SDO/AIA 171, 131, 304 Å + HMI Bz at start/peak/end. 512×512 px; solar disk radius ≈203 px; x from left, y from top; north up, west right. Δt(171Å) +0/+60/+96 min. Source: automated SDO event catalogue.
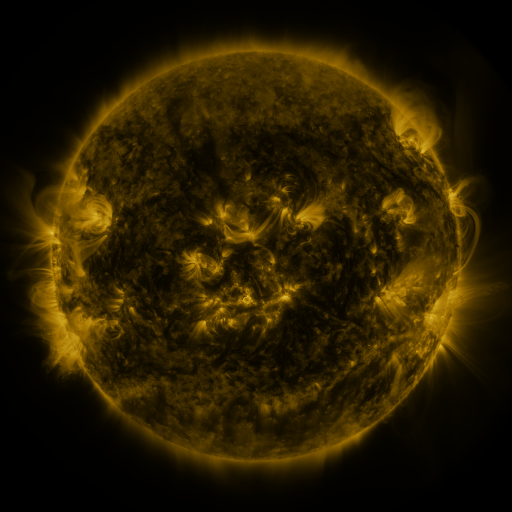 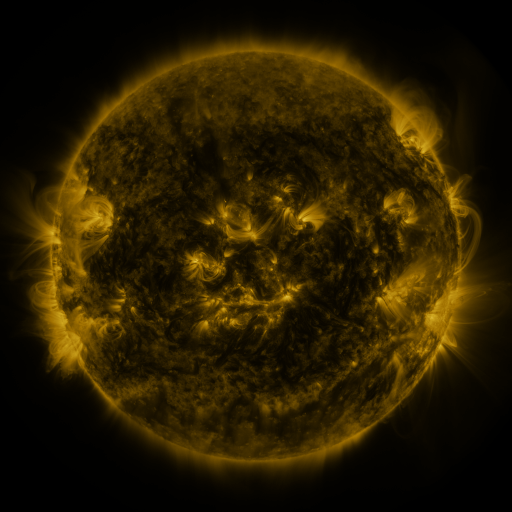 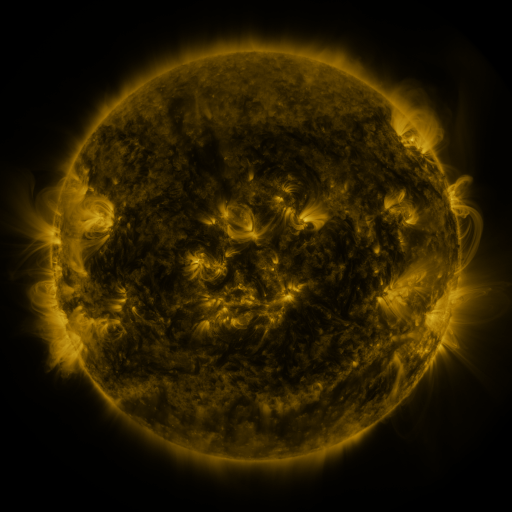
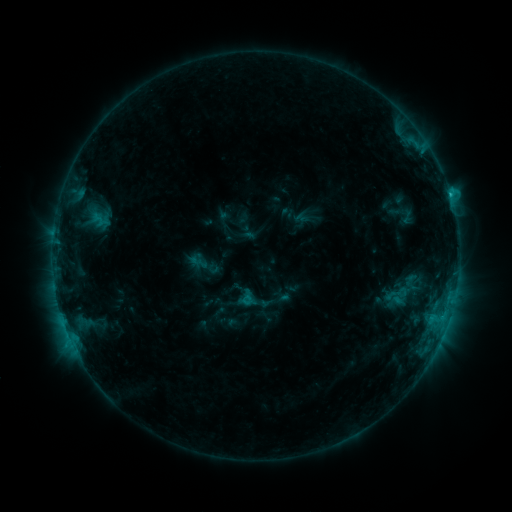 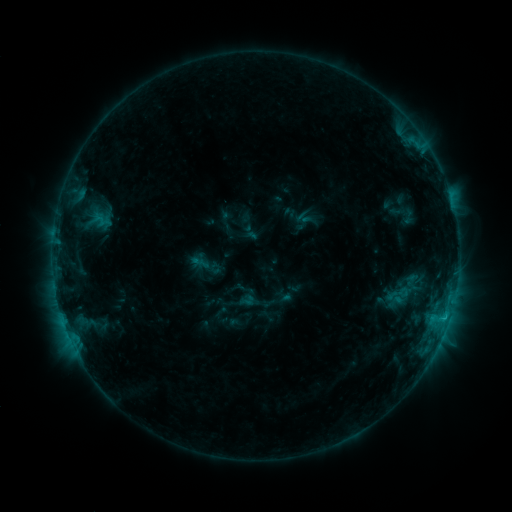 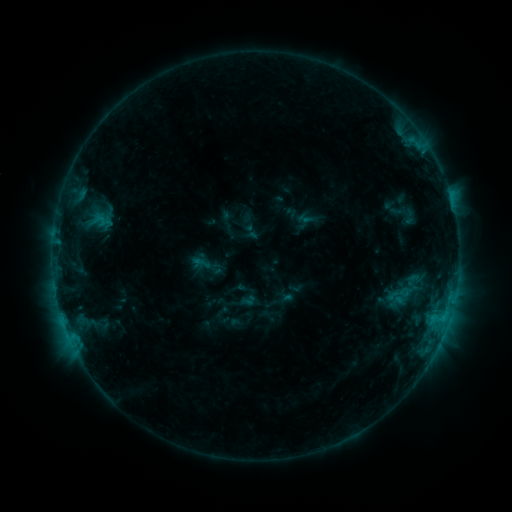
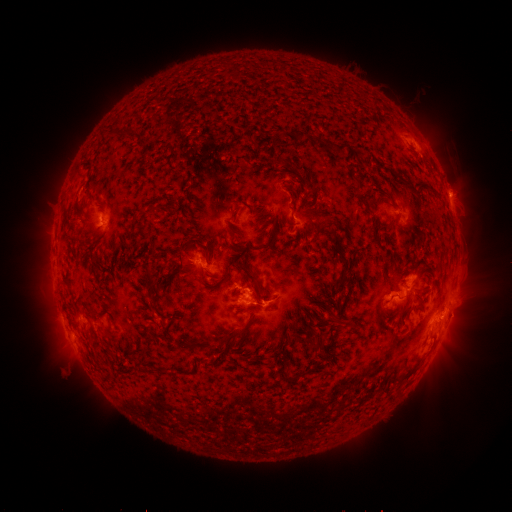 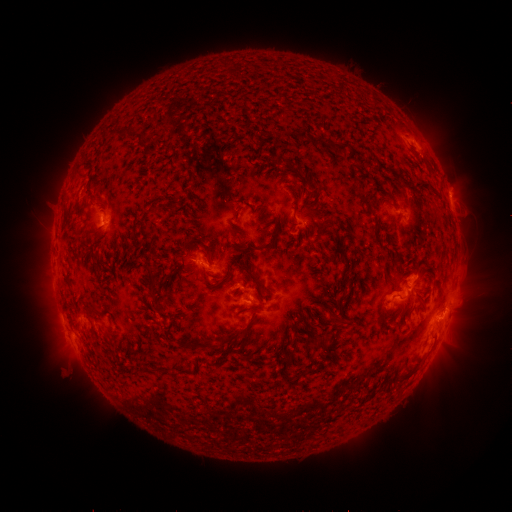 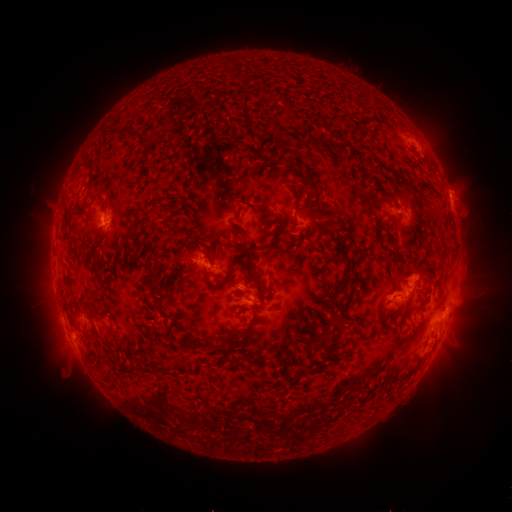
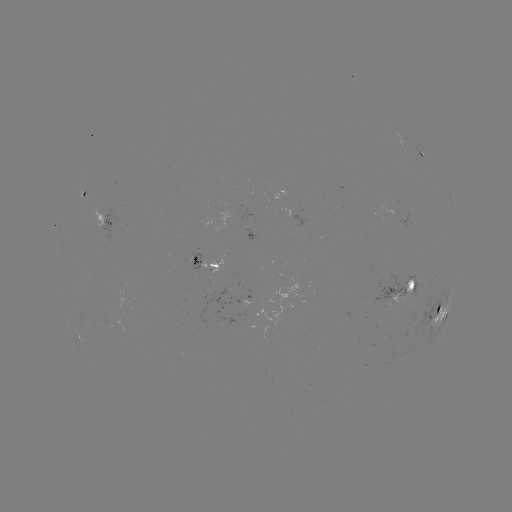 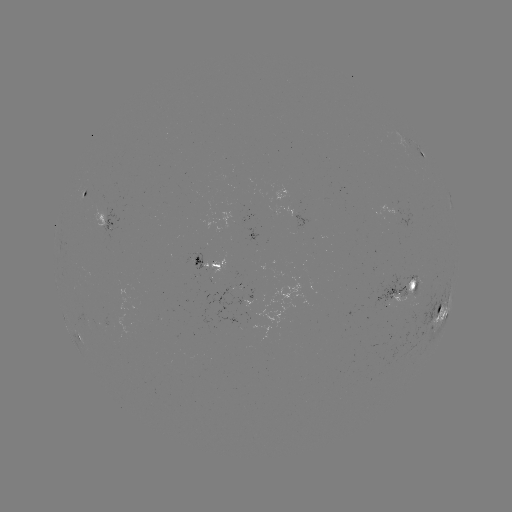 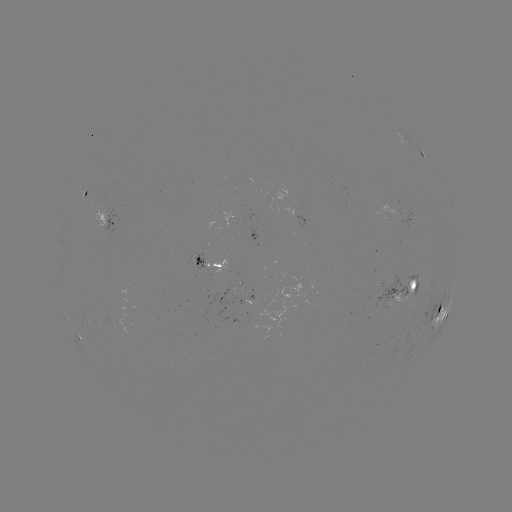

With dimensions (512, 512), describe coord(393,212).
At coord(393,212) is emerging-flux region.